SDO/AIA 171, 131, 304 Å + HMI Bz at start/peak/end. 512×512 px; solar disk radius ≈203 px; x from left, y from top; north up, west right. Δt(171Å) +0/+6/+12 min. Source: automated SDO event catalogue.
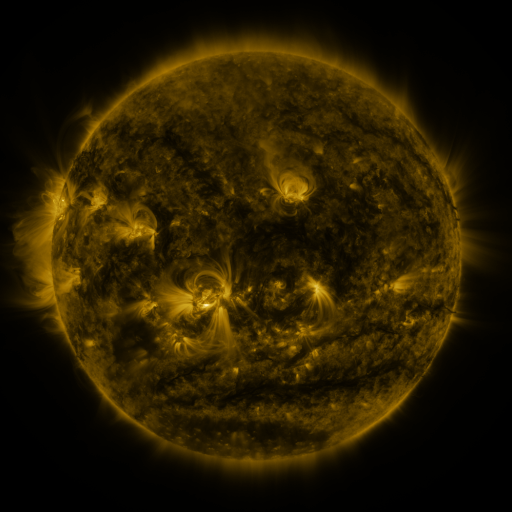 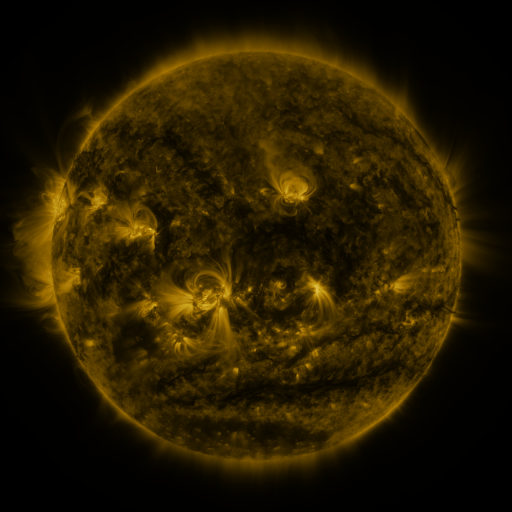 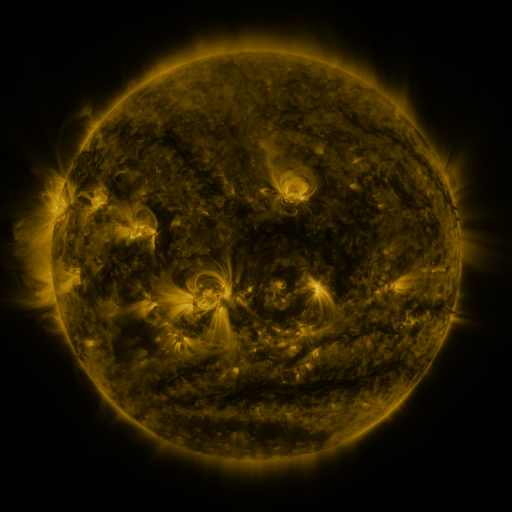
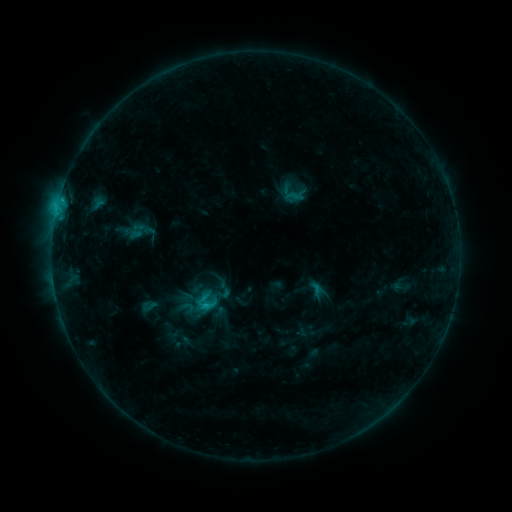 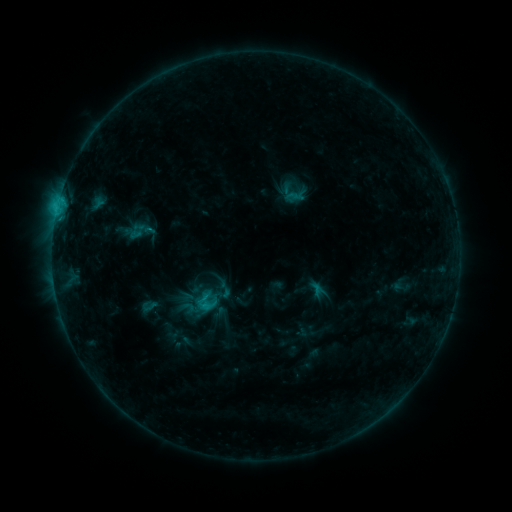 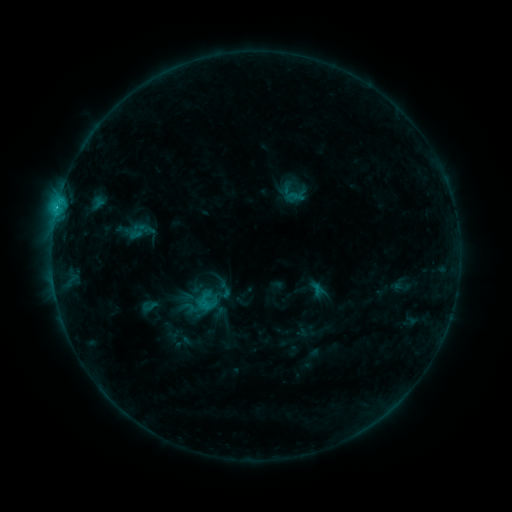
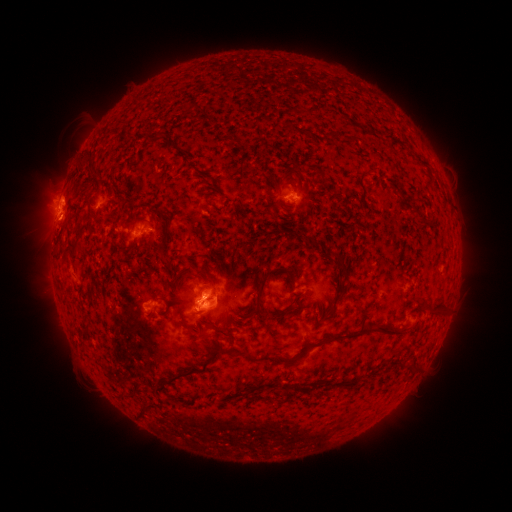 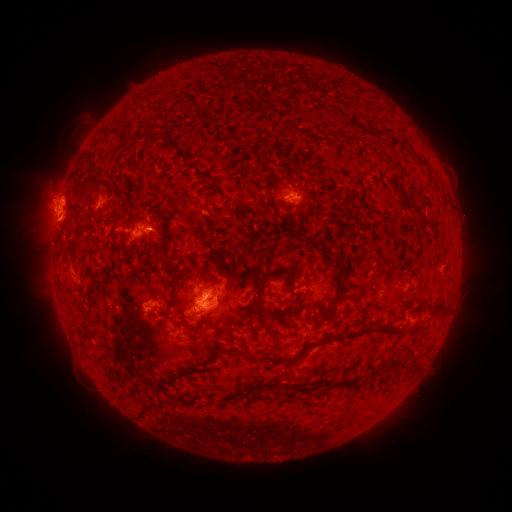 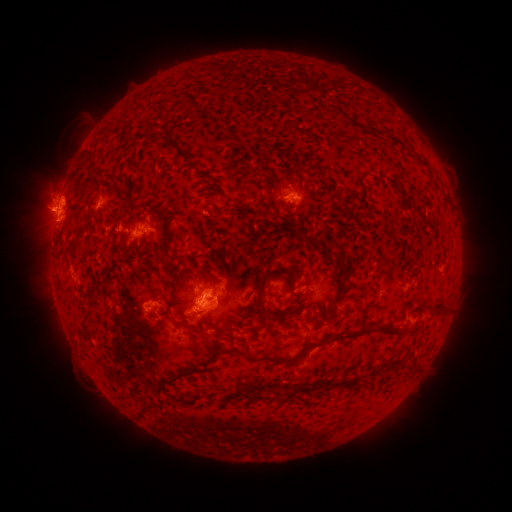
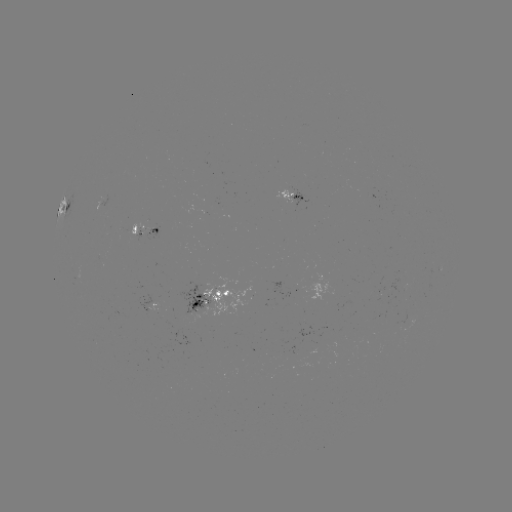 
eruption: [22, 189, 70, 236]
